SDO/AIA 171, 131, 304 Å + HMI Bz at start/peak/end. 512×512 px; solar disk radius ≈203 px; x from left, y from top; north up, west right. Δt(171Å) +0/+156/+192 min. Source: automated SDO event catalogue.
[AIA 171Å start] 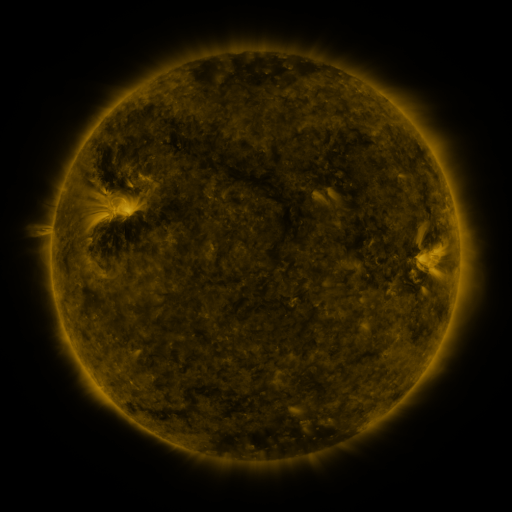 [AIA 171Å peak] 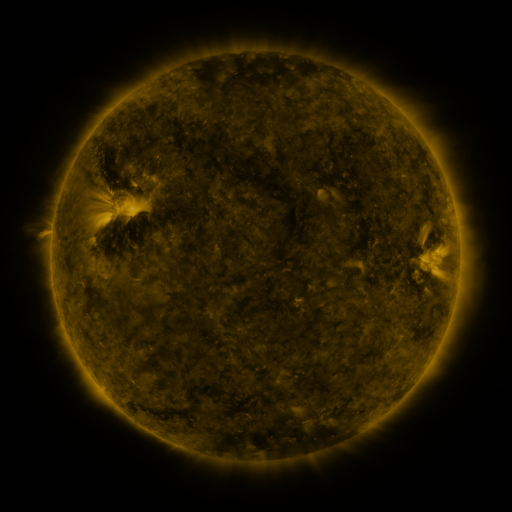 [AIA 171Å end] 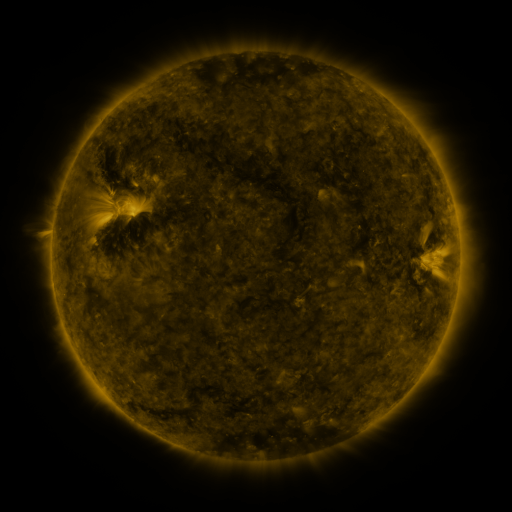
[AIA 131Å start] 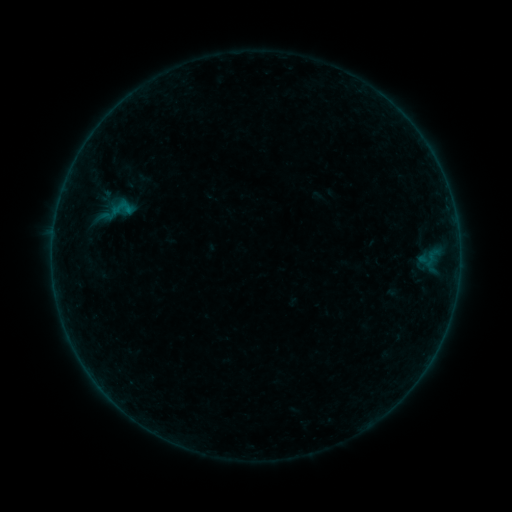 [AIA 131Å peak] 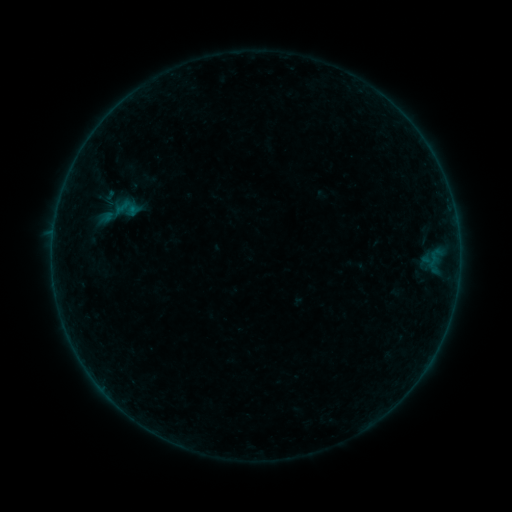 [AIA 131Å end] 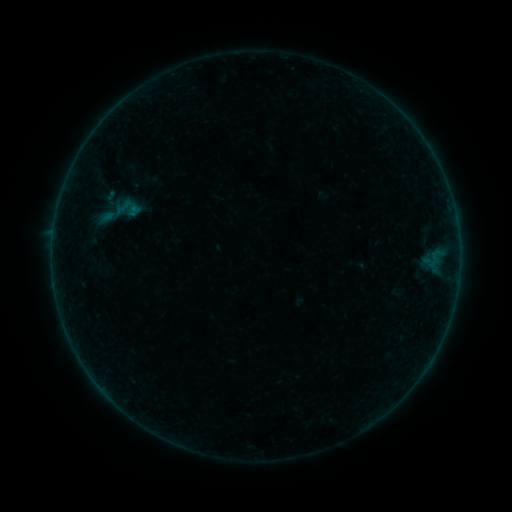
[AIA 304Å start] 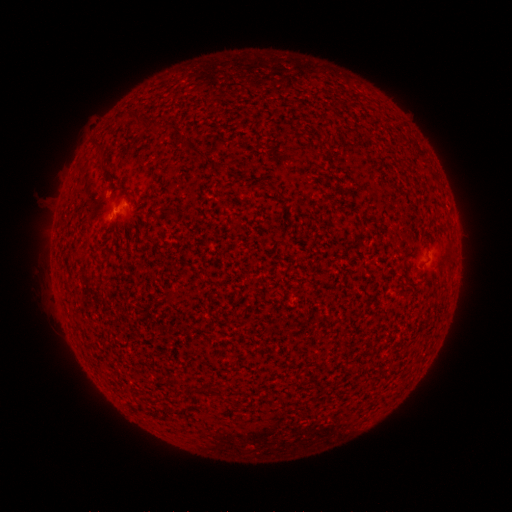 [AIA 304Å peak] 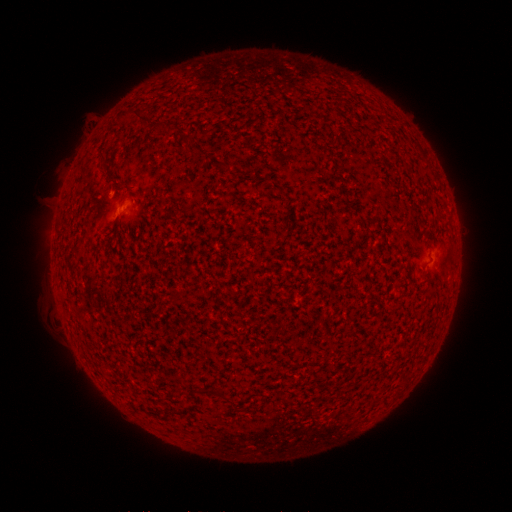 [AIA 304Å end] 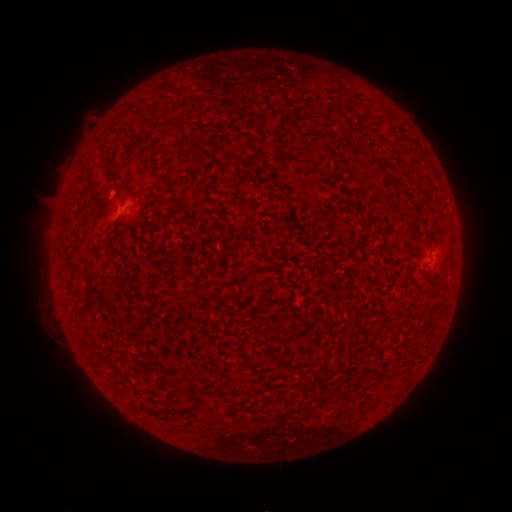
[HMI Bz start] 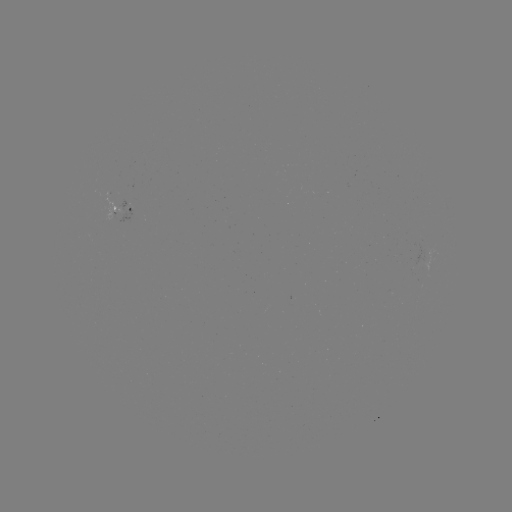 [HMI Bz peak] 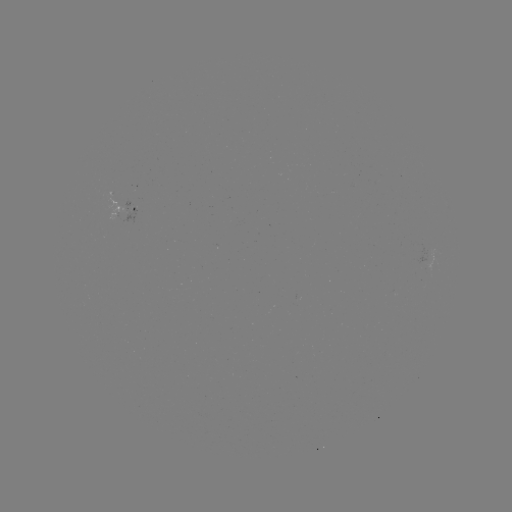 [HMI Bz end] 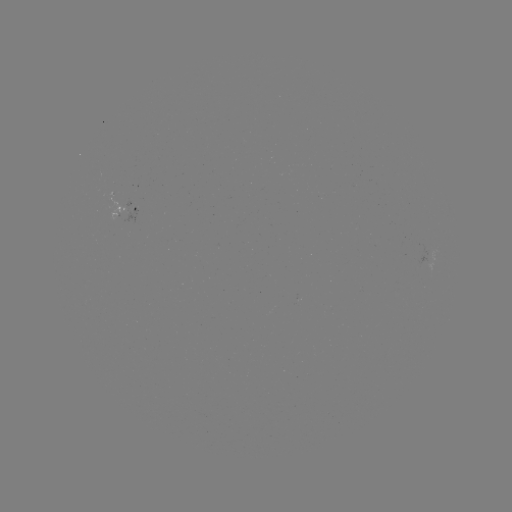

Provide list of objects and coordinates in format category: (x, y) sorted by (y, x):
emerging-flux region: (425, 256)
